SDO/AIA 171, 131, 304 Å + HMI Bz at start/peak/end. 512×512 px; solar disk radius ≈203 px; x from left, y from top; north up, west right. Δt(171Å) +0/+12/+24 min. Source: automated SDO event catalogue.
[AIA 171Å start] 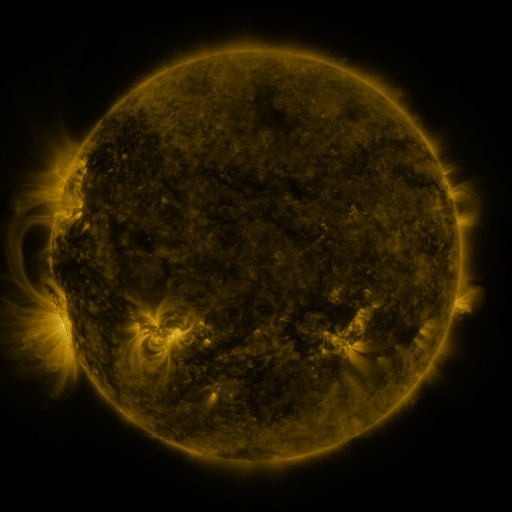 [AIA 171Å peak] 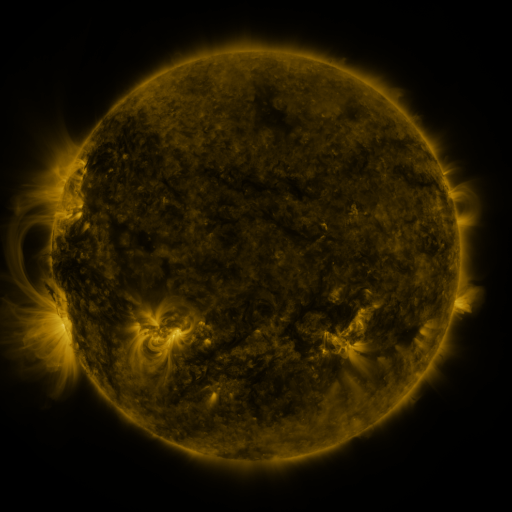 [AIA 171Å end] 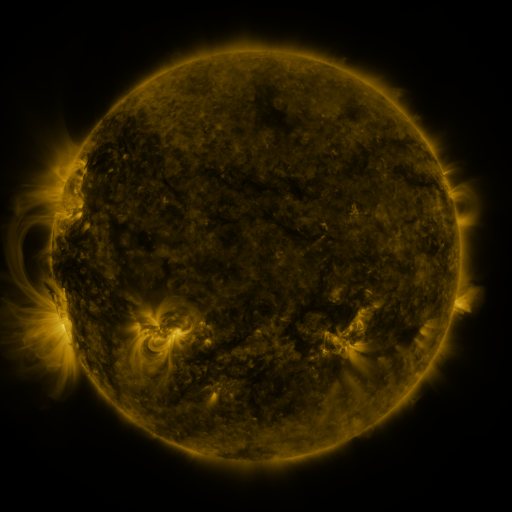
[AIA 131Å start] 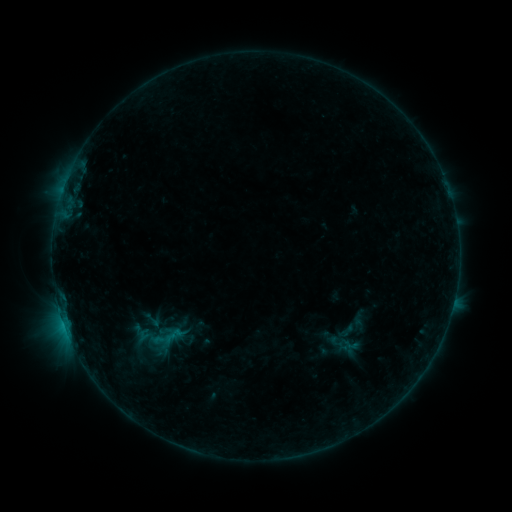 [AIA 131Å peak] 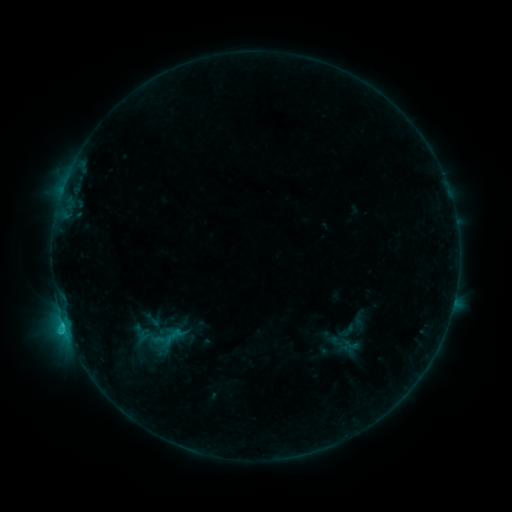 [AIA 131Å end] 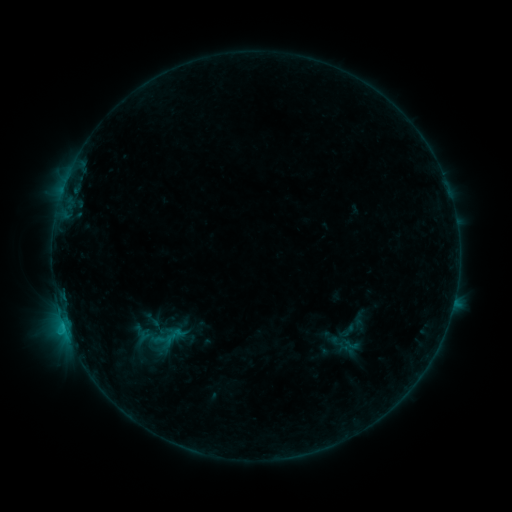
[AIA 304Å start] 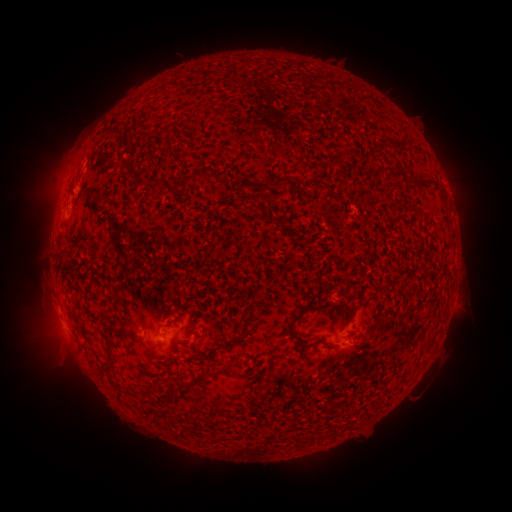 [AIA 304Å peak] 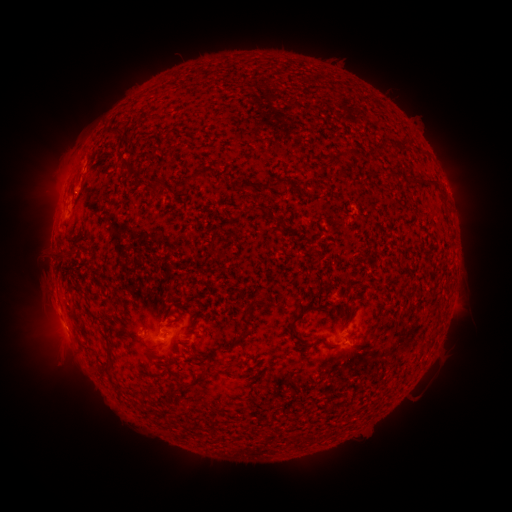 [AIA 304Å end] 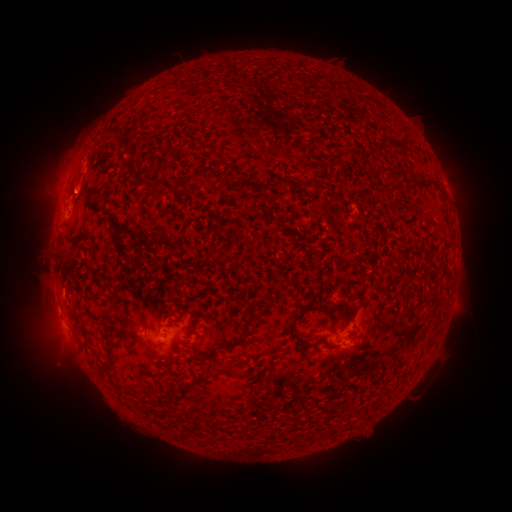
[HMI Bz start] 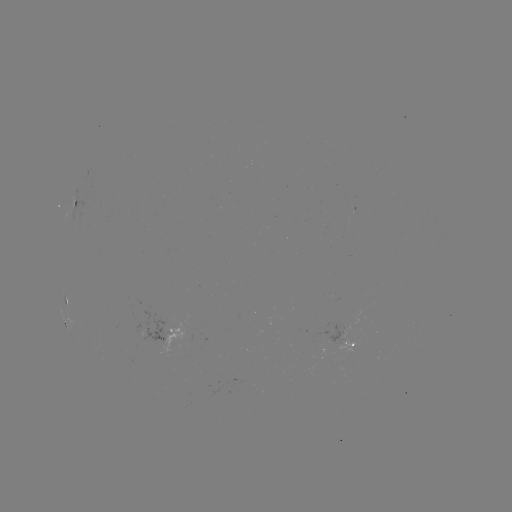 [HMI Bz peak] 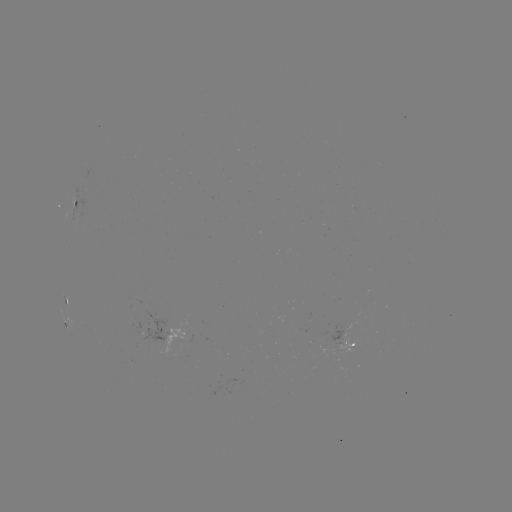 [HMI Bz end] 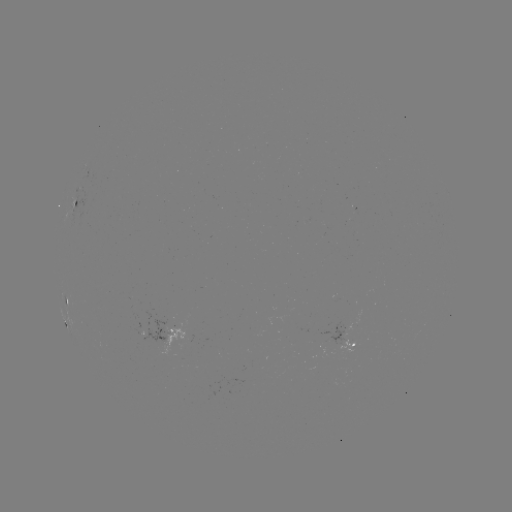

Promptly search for B7.9 flare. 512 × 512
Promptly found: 64,322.